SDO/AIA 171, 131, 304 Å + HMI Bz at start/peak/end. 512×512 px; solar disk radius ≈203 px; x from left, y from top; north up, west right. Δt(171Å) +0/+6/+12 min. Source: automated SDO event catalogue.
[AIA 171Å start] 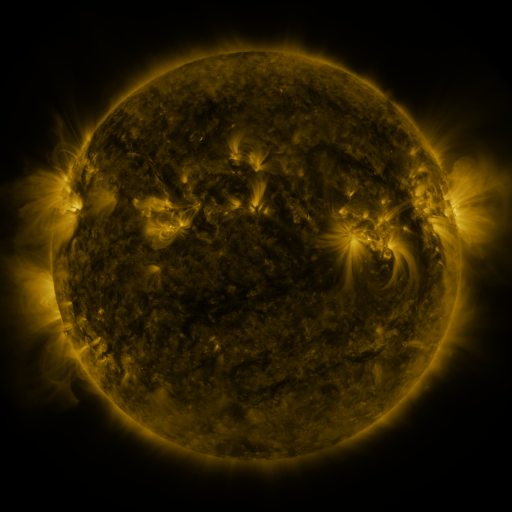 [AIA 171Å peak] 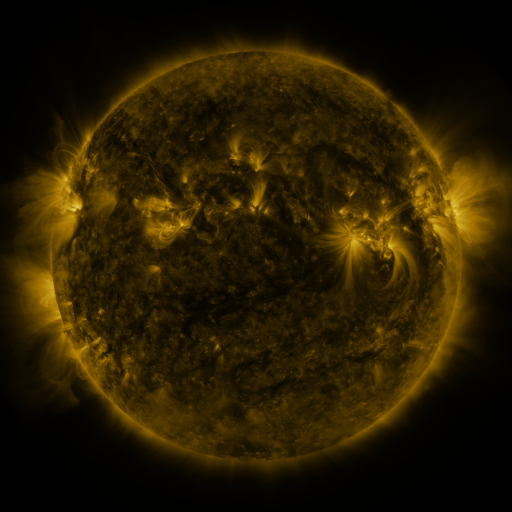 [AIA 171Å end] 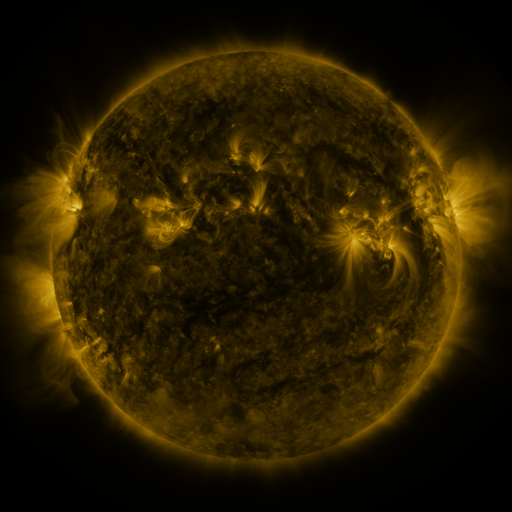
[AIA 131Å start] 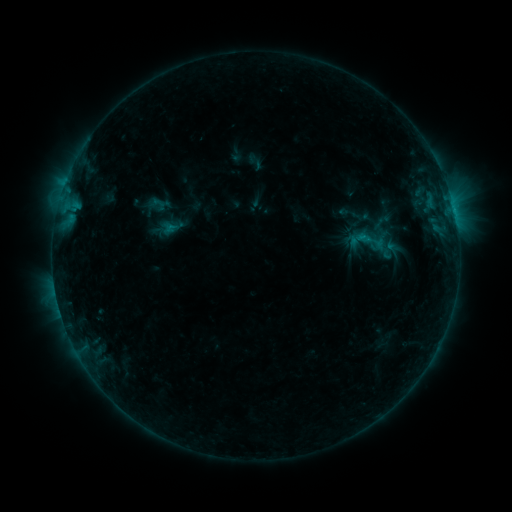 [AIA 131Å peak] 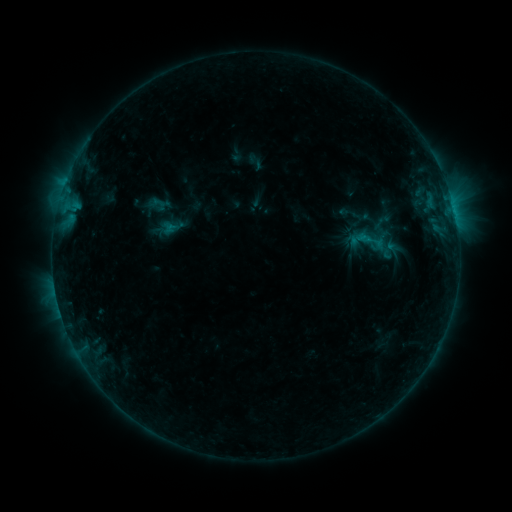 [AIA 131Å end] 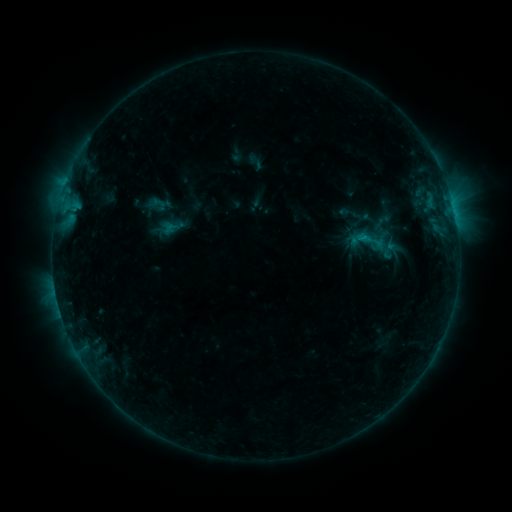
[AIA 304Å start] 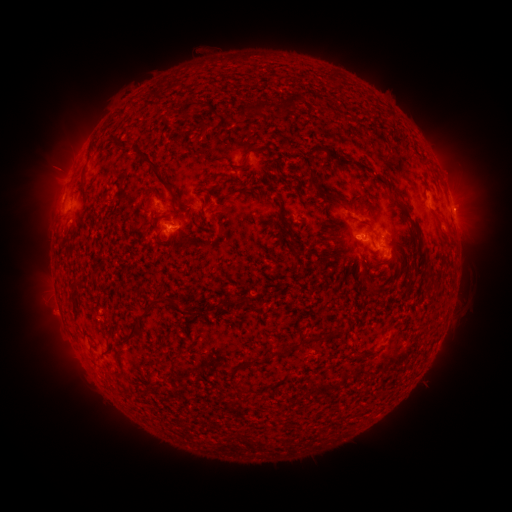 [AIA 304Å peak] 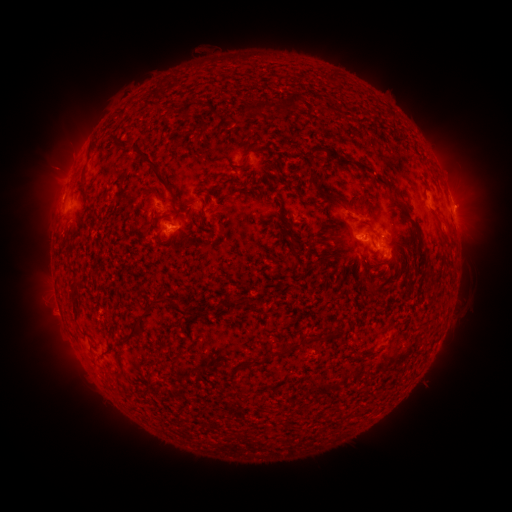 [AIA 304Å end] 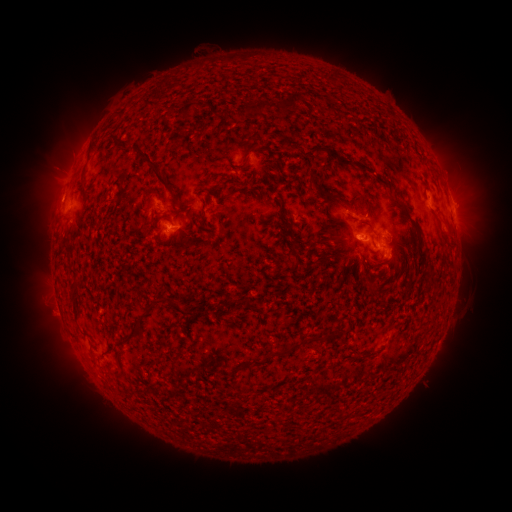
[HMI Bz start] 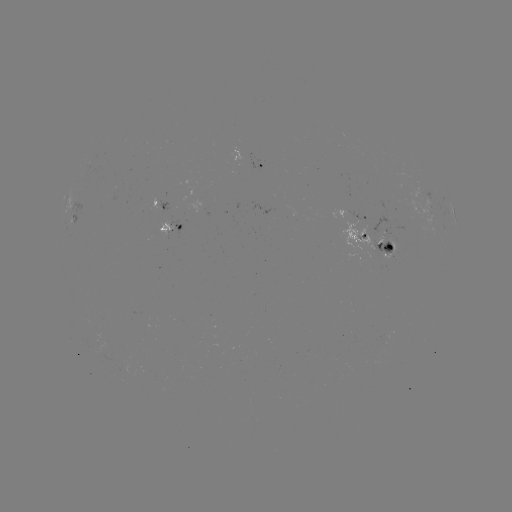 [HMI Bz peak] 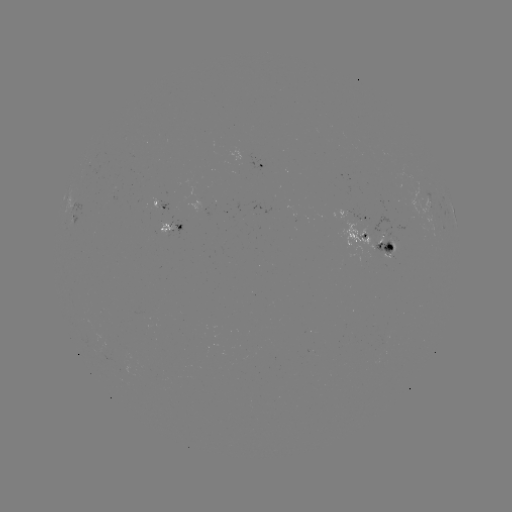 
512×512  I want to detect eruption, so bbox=[443, 182, 487, 226].